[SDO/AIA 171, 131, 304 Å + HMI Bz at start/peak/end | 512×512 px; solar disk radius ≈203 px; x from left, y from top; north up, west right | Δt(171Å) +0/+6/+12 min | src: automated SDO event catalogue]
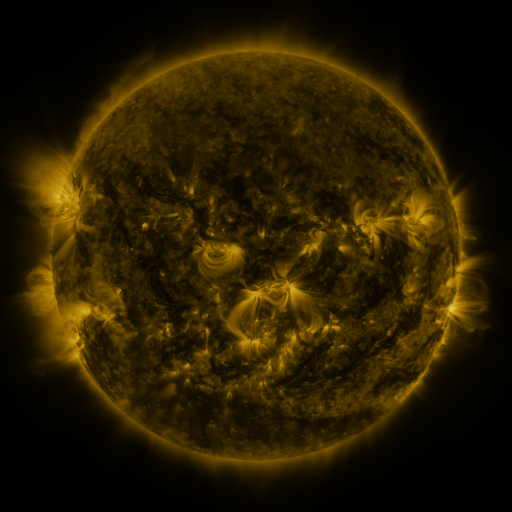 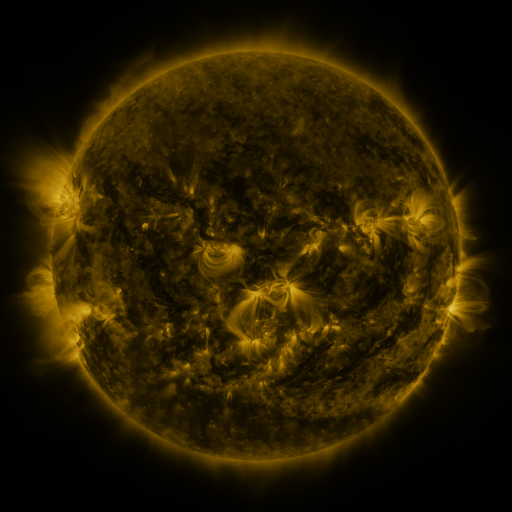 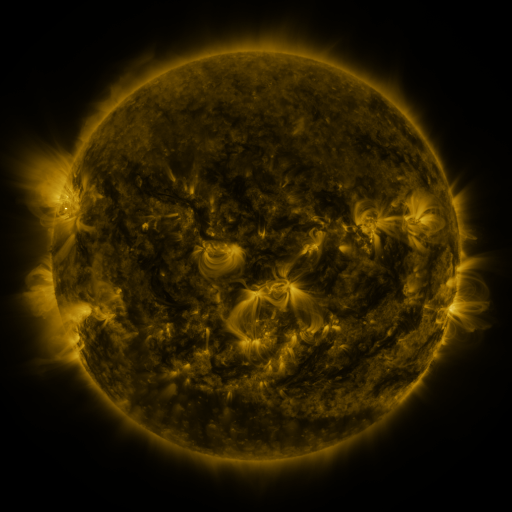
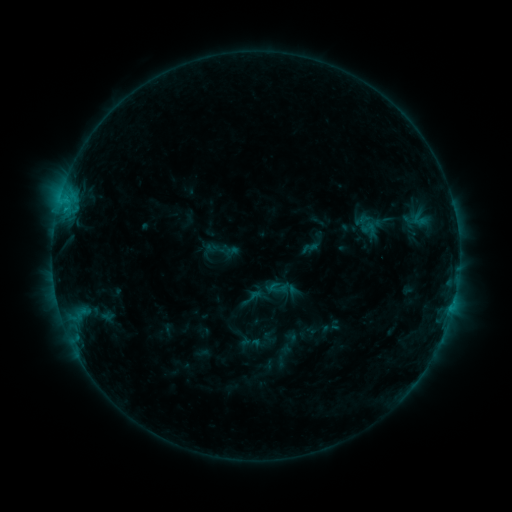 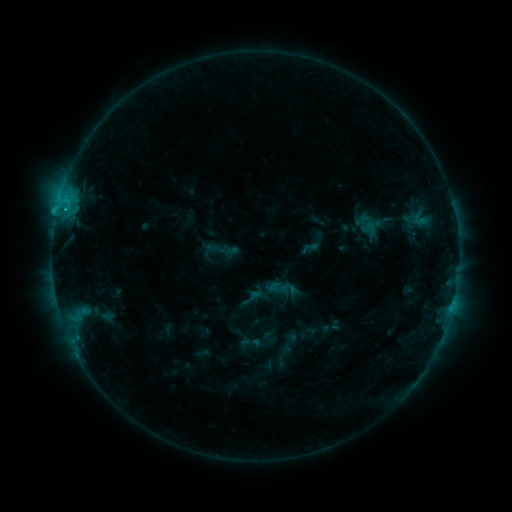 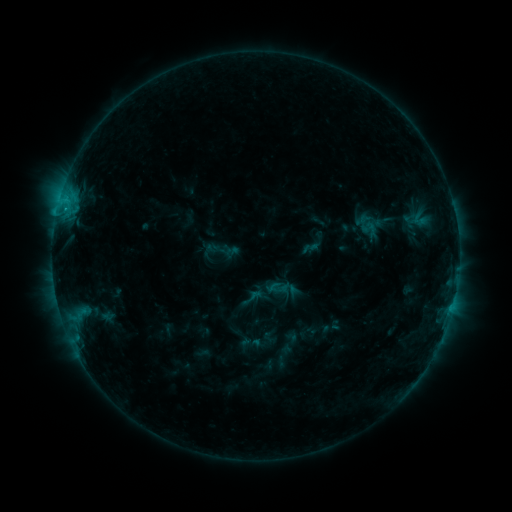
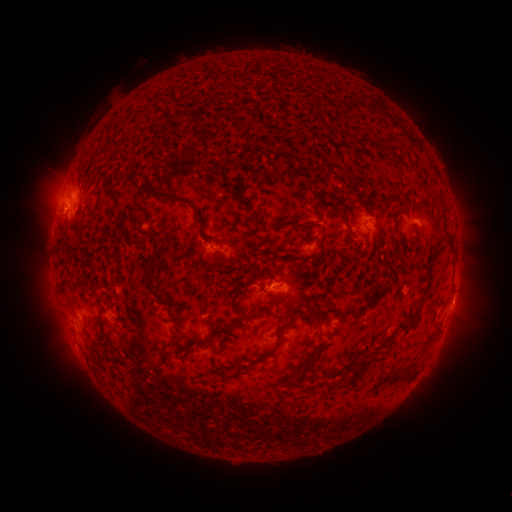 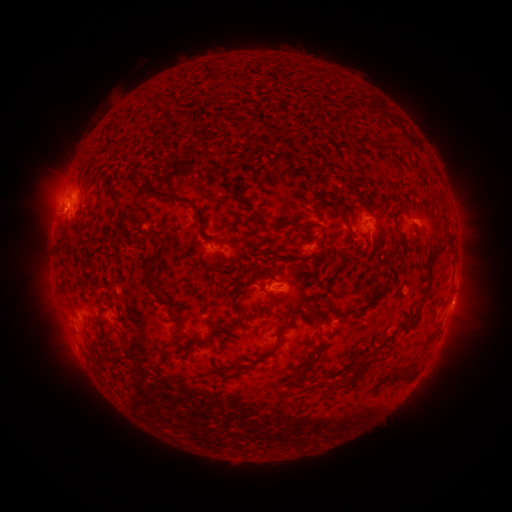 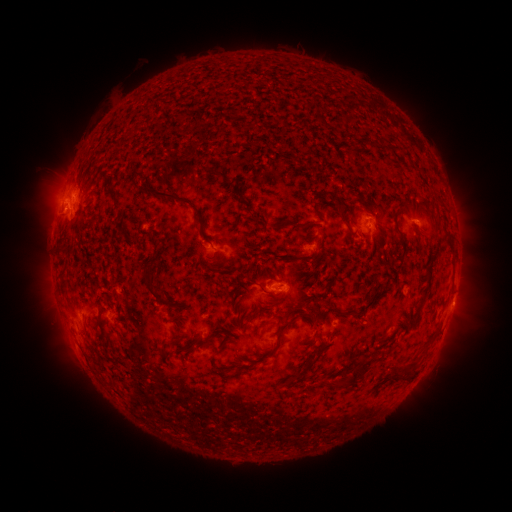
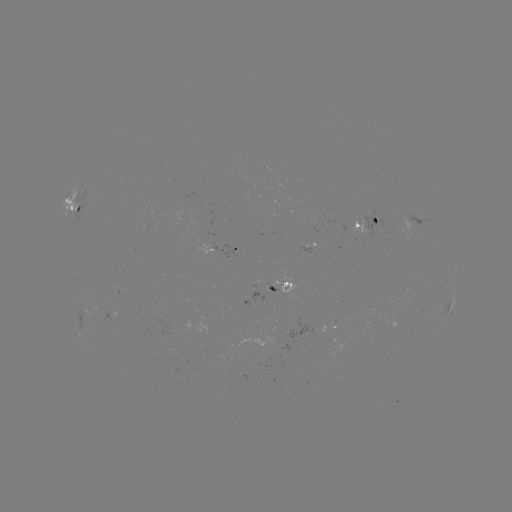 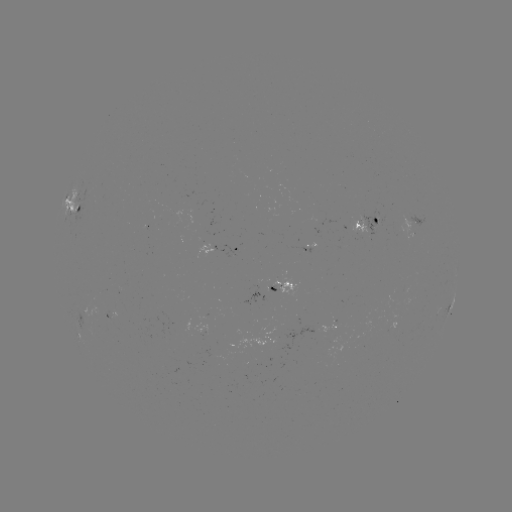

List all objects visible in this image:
C1.0 flare: (66, 210)
